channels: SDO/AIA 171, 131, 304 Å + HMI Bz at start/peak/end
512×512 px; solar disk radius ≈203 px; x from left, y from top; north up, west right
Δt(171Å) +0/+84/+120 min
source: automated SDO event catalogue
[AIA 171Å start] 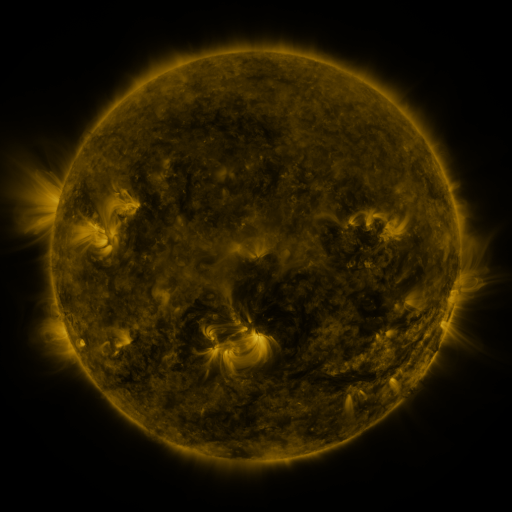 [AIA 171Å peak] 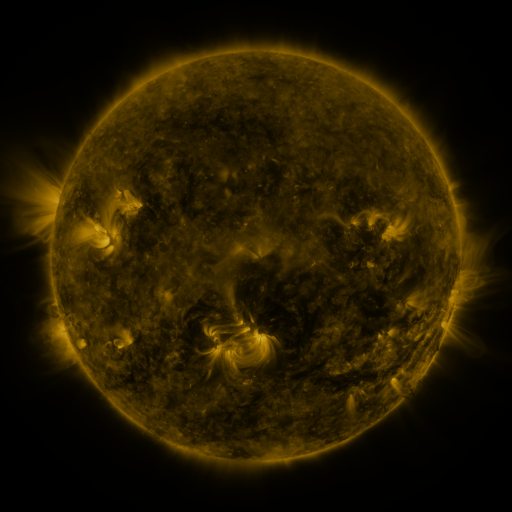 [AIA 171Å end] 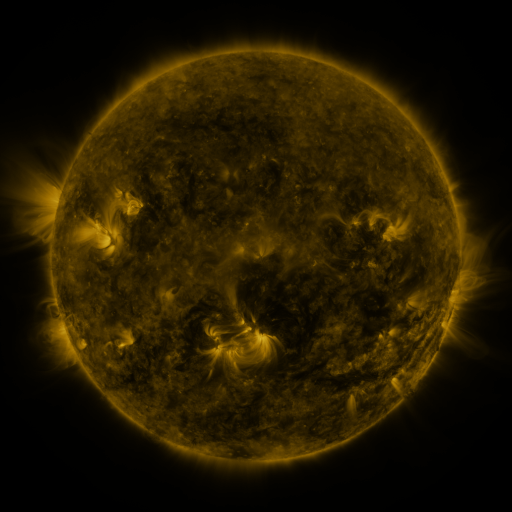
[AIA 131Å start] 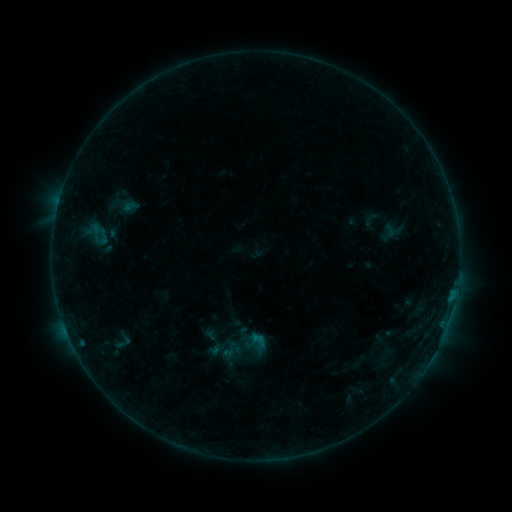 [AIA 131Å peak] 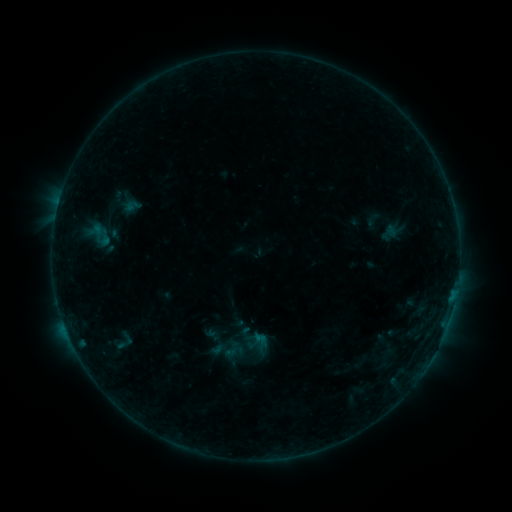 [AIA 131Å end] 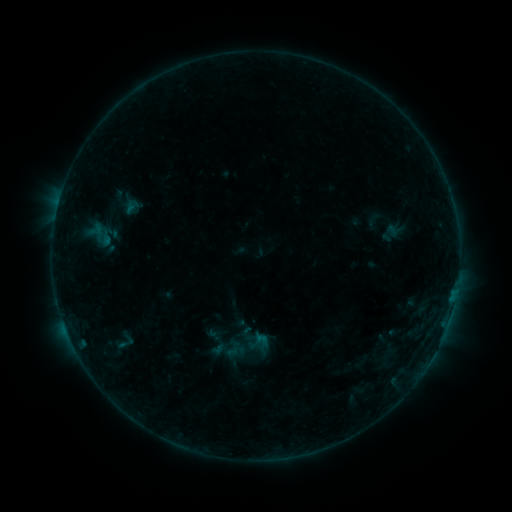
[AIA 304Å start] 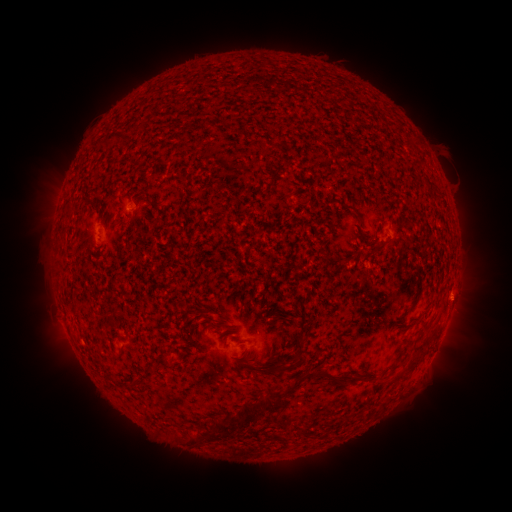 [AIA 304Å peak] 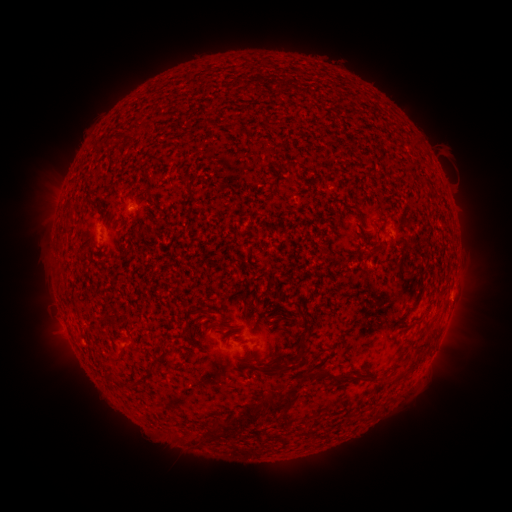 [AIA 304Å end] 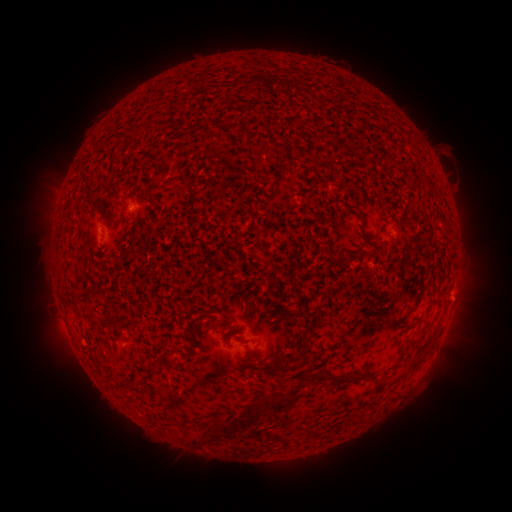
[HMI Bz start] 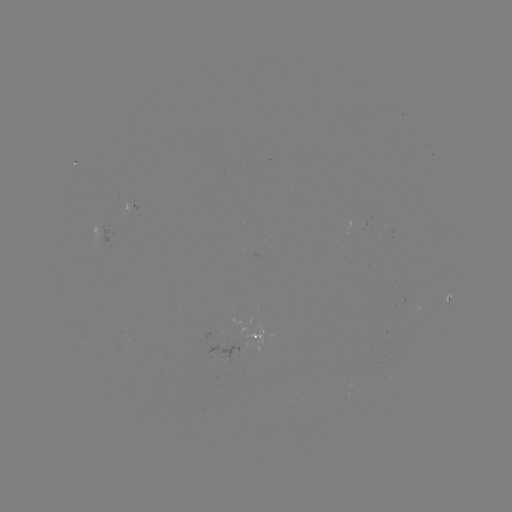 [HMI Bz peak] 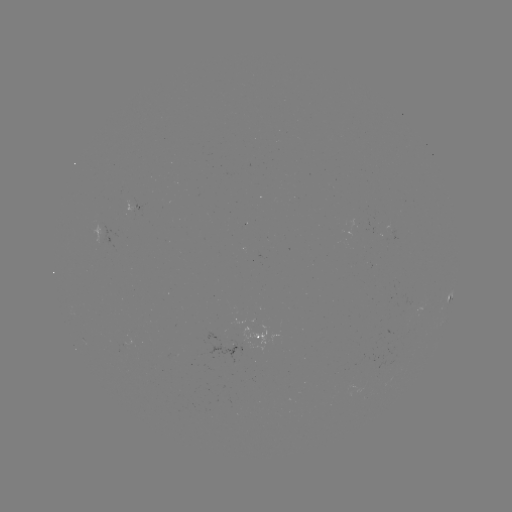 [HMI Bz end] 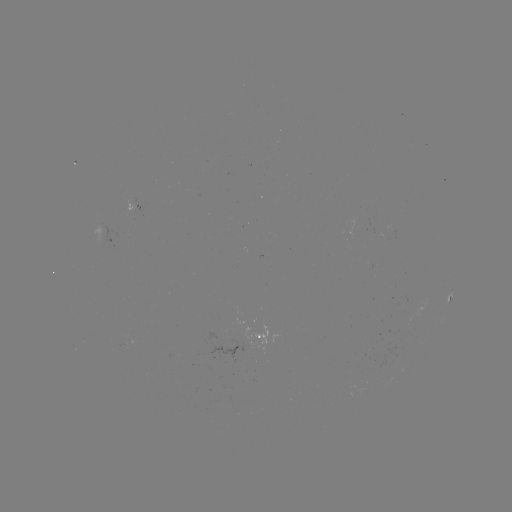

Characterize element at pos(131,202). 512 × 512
emerging-flux region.